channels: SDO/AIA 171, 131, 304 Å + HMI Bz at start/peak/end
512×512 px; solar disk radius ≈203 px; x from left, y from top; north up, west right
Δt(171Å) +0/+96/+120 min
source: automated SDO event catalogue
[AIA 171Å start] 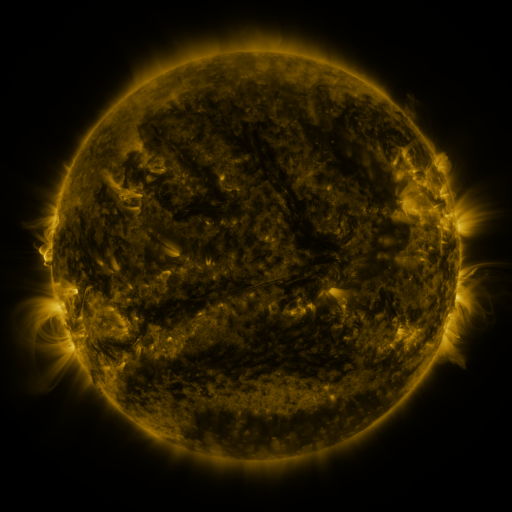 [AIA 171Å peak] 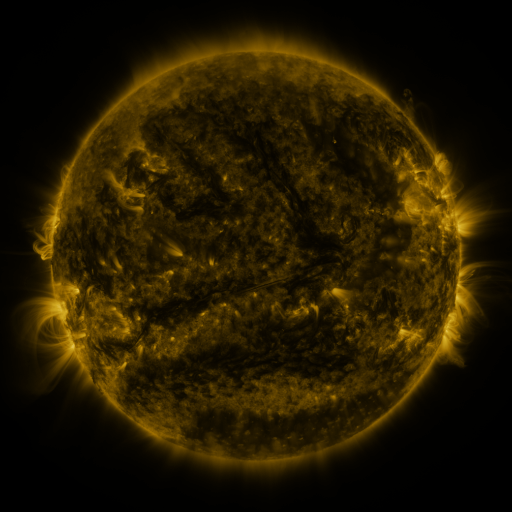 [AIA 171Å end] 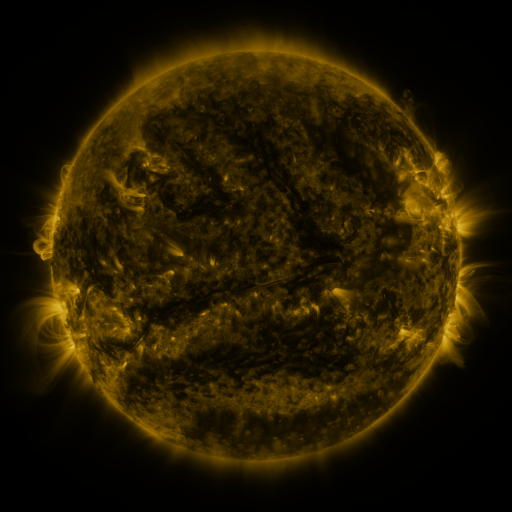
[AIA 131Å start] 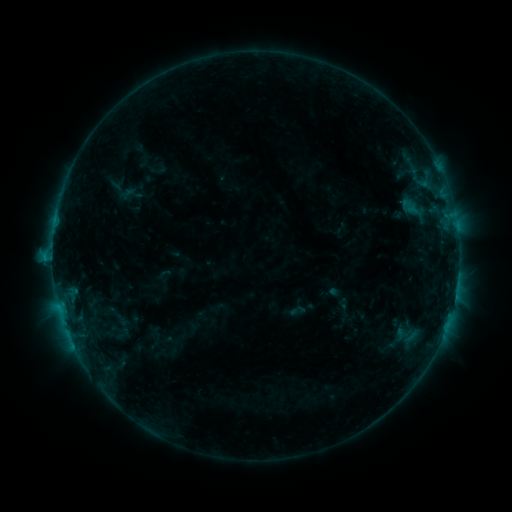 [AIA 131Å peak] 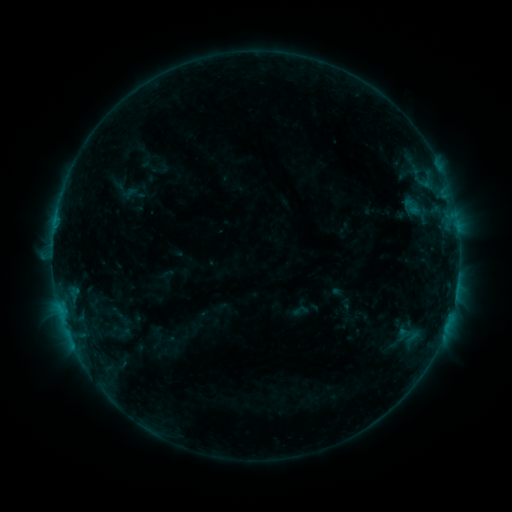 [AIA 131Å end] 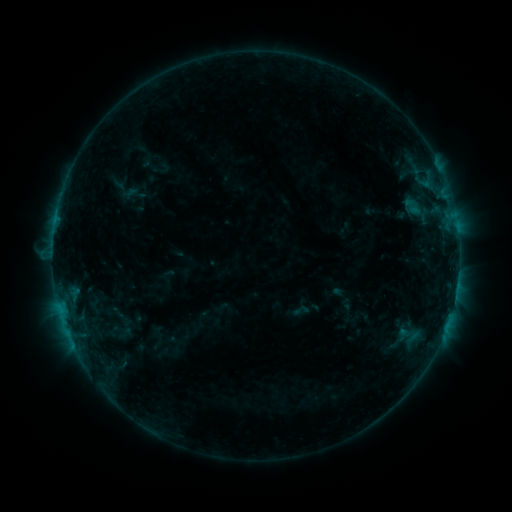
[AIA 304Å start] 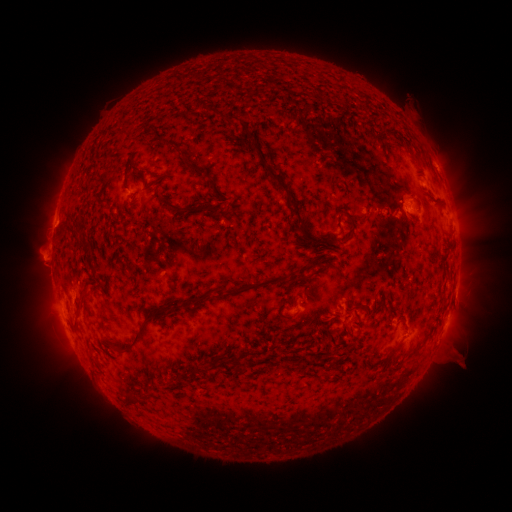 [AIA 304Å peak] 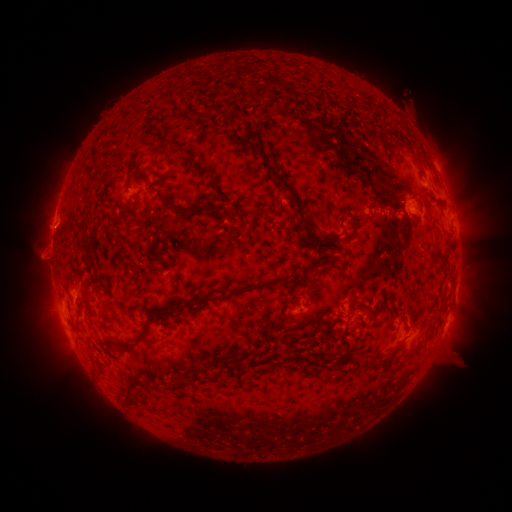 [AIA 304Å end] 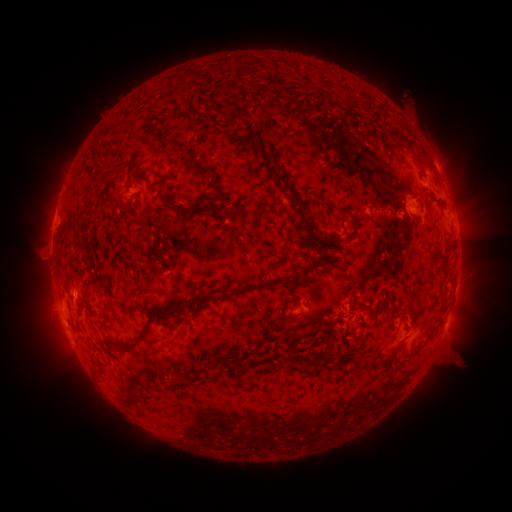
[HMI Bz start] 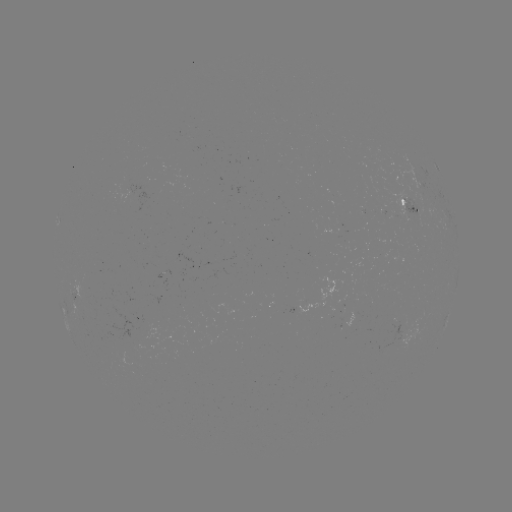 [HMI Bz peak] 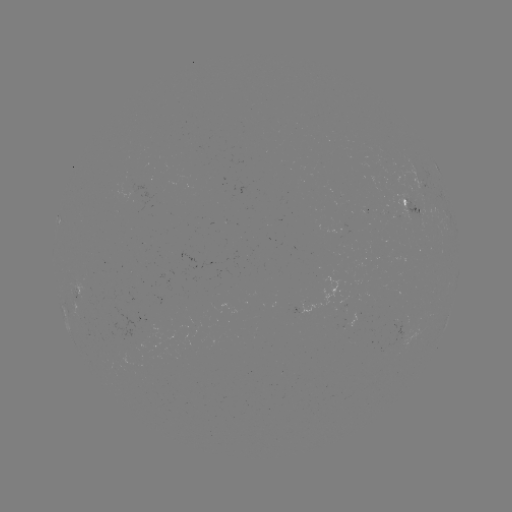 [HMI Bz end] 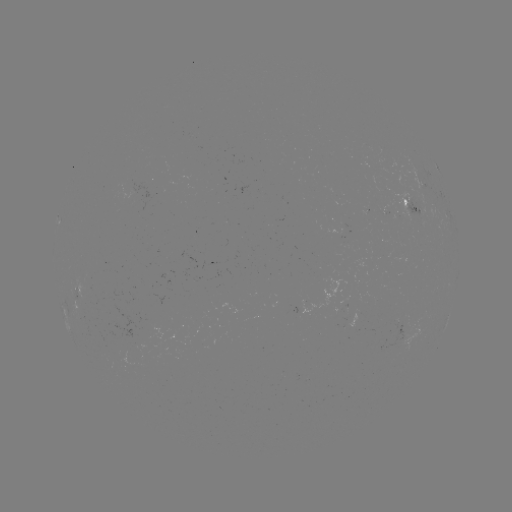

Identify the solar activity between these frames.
emerging-flux region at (405, 210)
